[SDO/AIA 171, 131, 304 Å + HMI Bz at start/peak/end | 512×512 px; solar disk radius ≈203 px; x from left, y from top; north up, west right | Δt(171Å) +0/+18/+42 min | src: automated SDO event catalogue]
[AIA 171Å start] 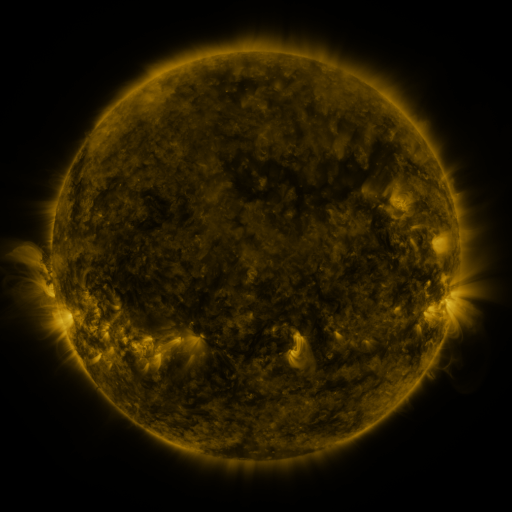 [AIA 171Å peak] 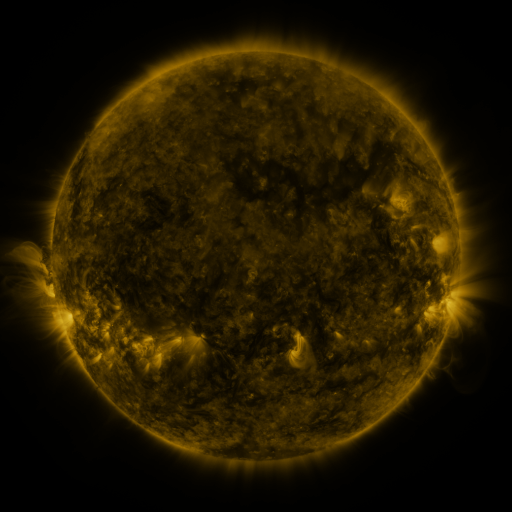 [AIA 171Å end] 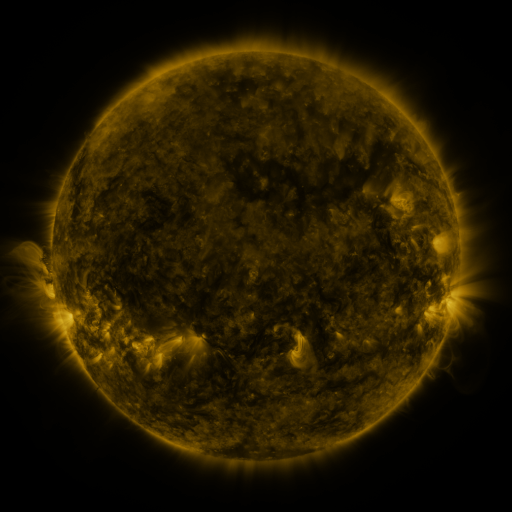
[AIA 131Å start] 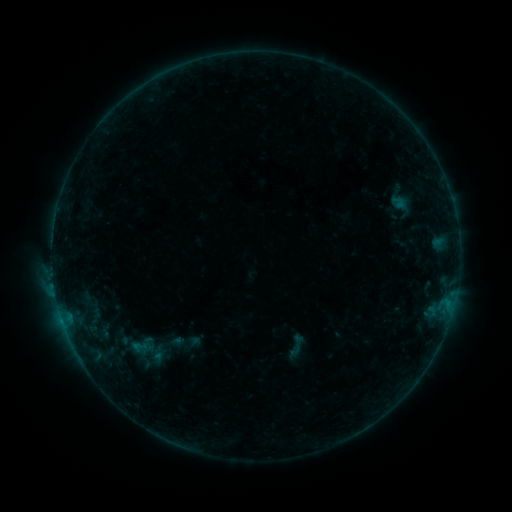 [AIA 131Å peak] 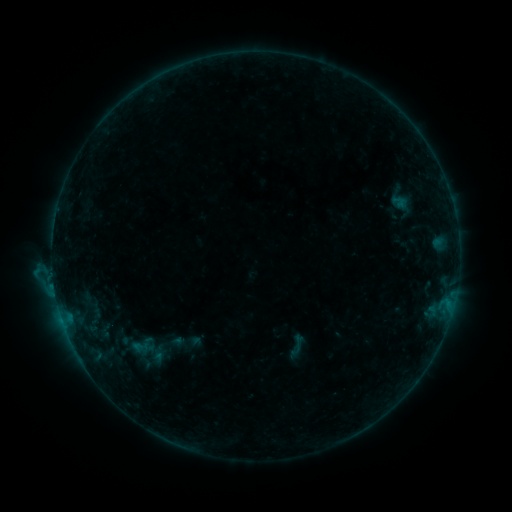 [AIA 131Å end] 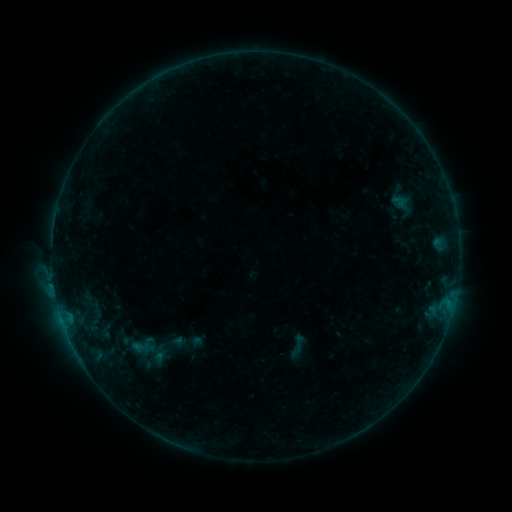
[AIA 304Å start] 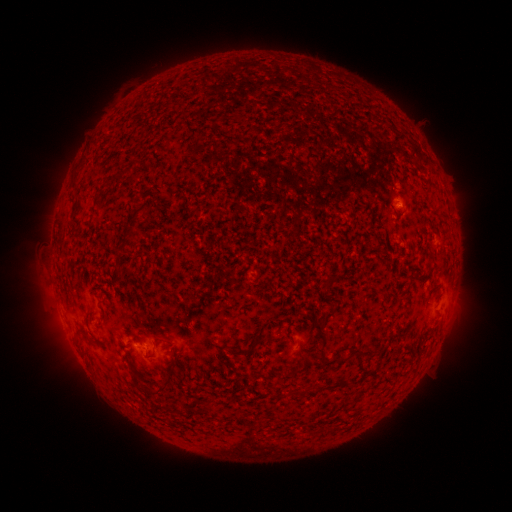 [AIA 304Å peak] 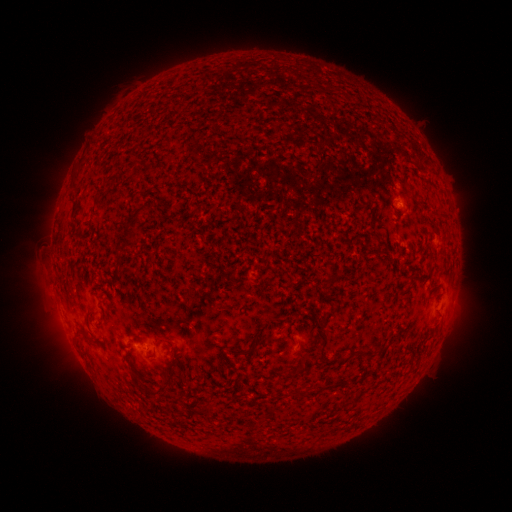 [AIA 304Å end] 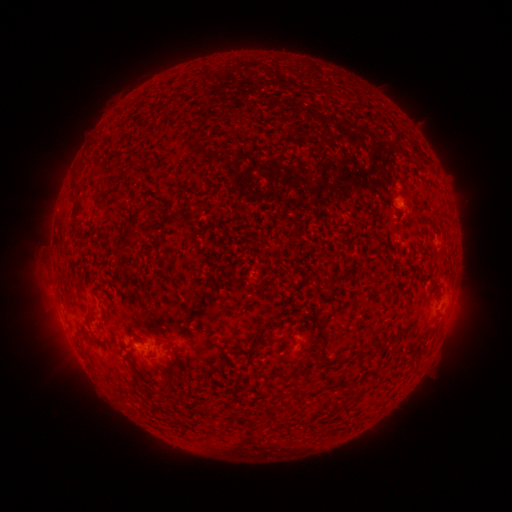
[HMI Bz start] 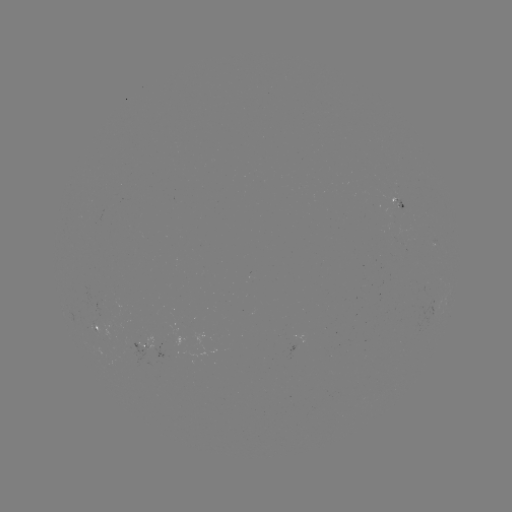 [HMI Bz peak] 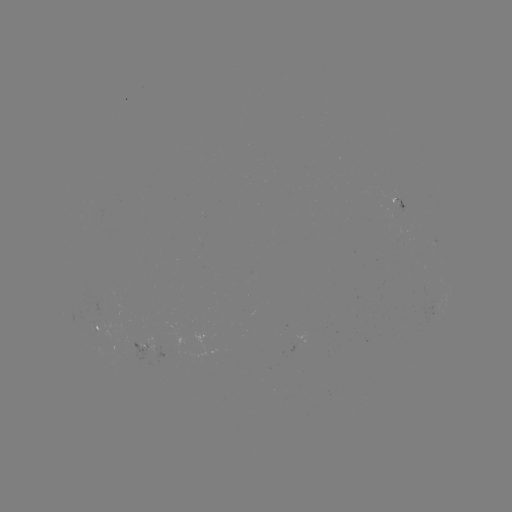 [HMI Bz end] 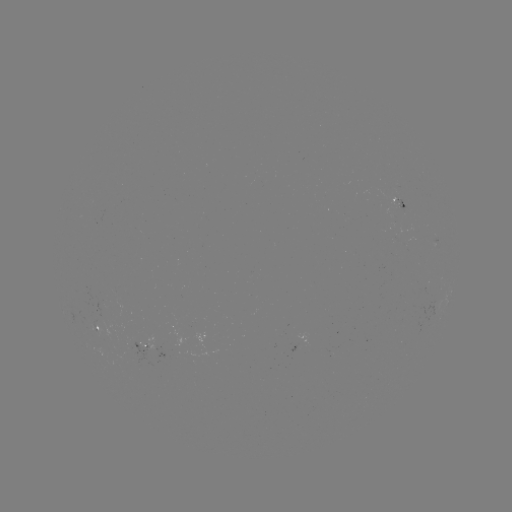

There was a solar flare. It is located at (56, 283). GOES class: B5.3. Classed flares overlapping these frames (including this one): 1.